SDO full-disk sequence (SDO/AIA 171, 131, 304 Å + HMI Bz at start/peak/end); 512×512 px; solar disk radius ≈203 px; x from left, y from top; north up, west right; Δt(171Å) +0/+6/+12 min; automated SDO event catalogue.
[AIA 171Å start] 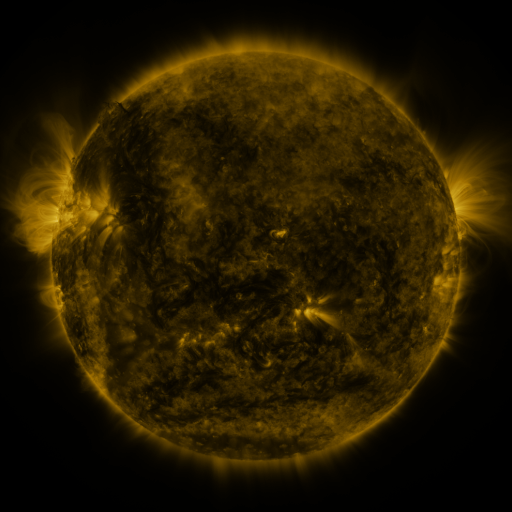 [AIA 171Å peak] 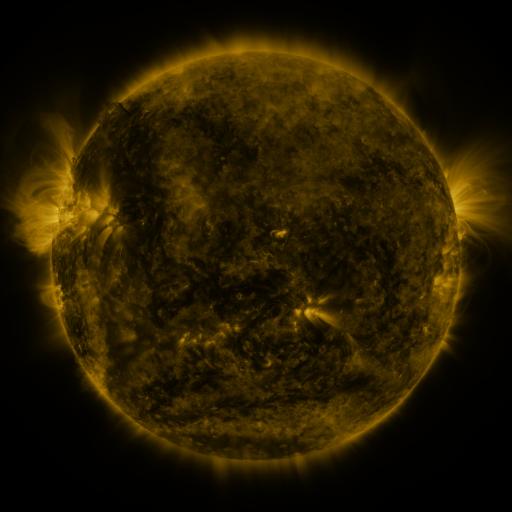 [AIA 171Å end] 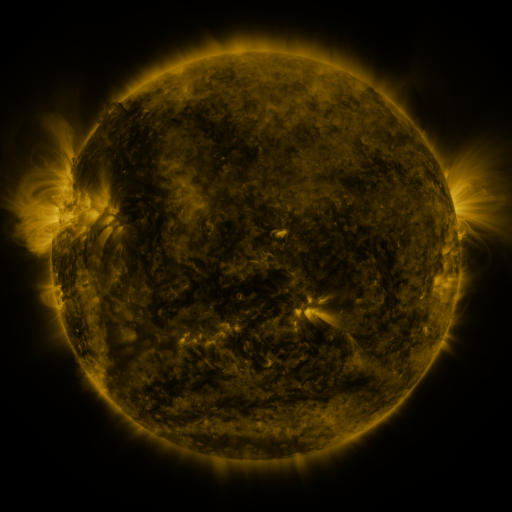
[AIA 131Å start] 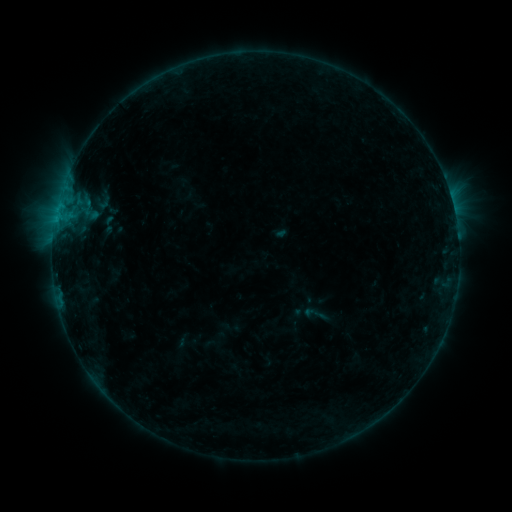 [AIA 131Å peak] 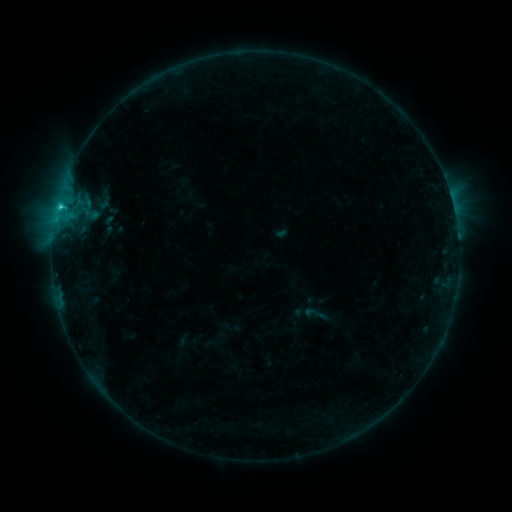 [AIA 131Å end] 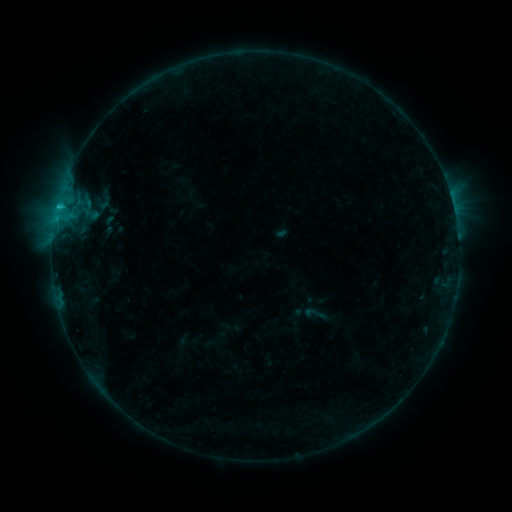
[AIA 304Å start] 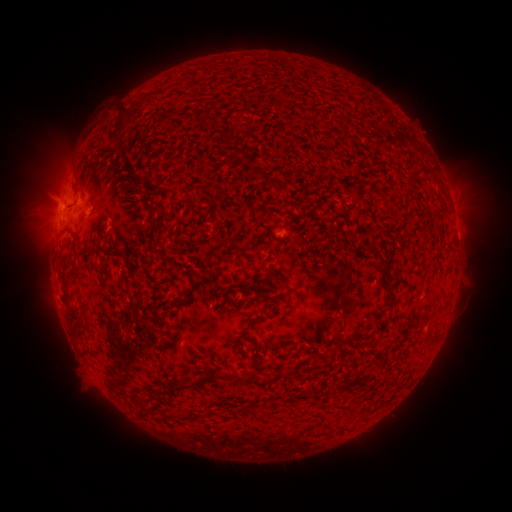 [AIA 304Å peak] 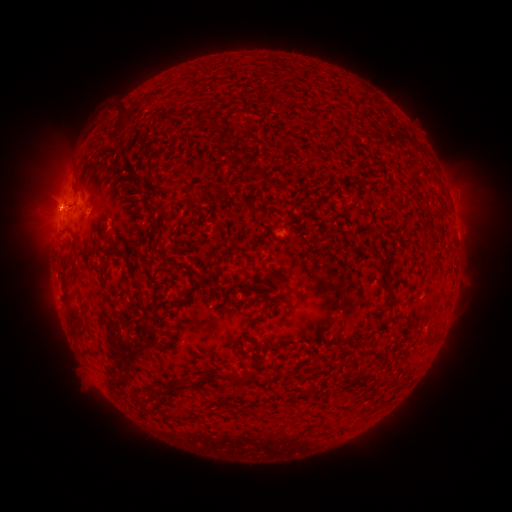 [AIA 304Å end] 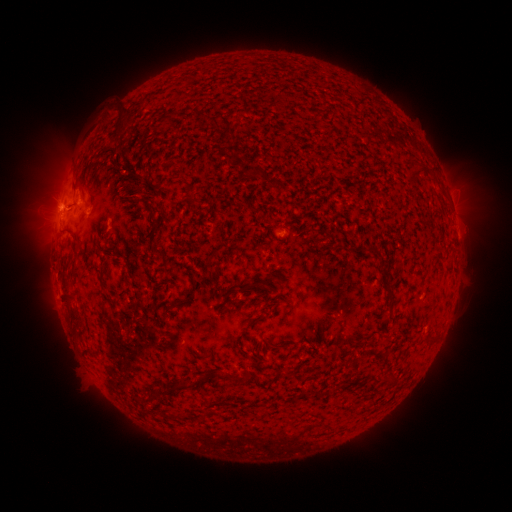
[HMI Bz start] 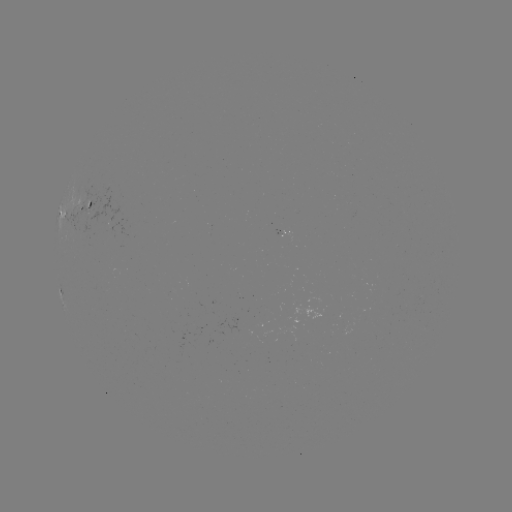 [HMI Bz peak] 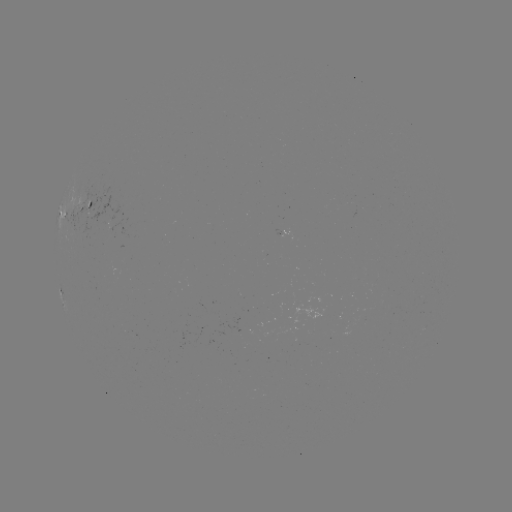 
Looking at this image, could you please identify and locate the C1.1 flare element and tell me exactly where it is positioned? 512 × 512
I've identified C1.1 flare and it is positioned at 61,208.